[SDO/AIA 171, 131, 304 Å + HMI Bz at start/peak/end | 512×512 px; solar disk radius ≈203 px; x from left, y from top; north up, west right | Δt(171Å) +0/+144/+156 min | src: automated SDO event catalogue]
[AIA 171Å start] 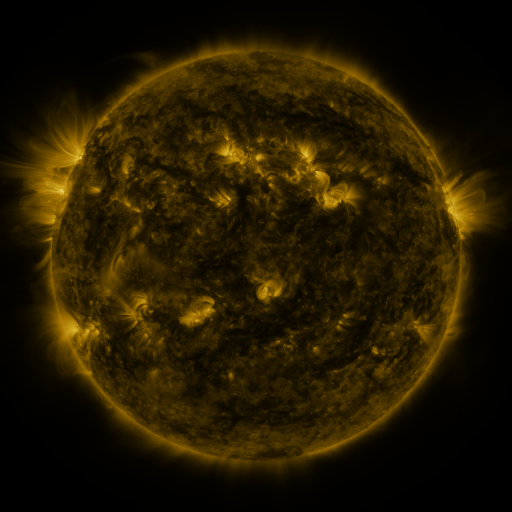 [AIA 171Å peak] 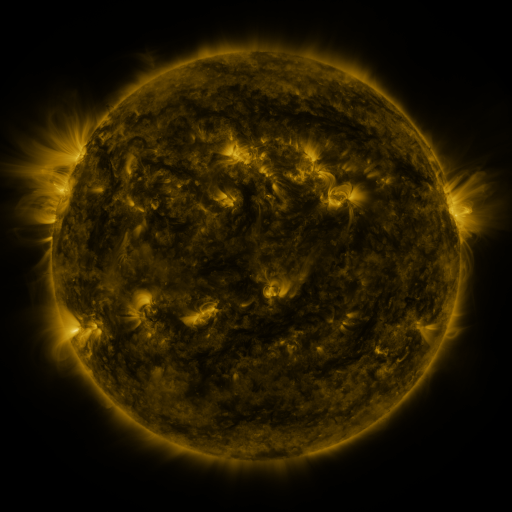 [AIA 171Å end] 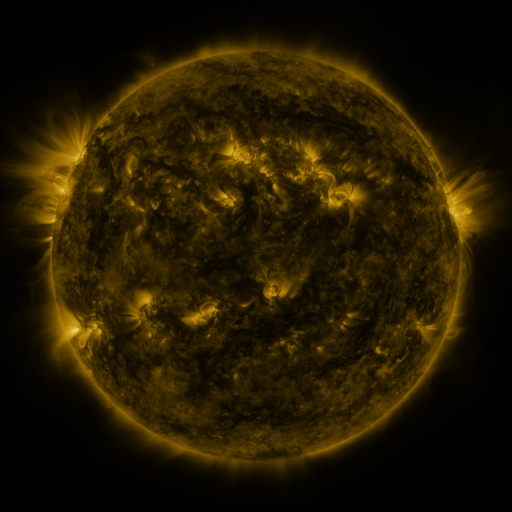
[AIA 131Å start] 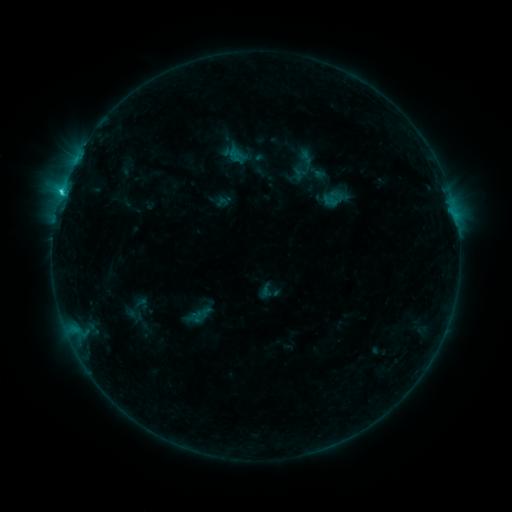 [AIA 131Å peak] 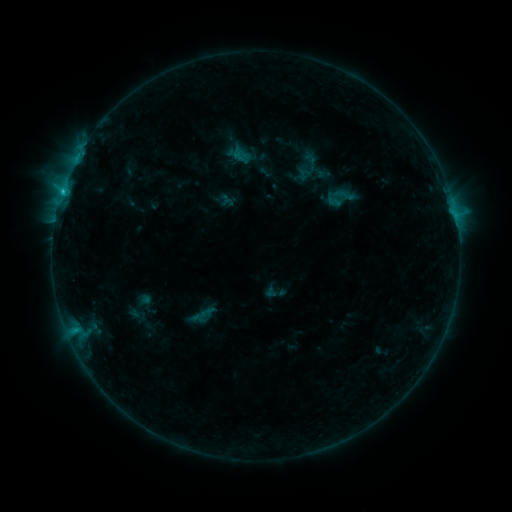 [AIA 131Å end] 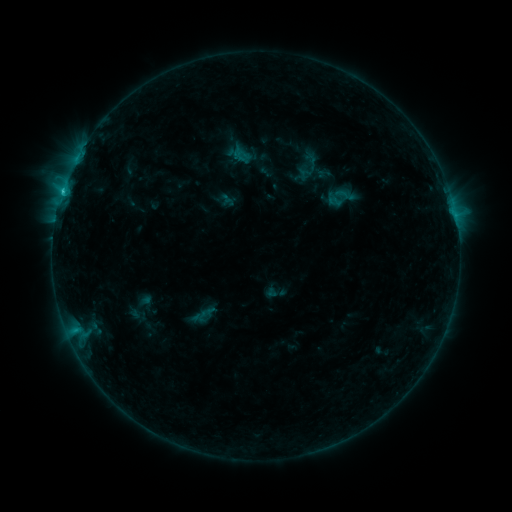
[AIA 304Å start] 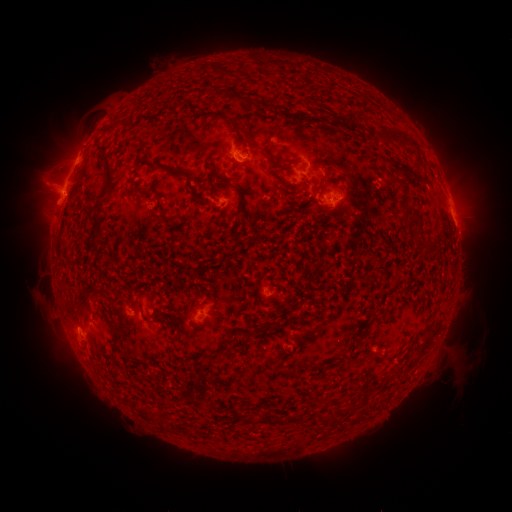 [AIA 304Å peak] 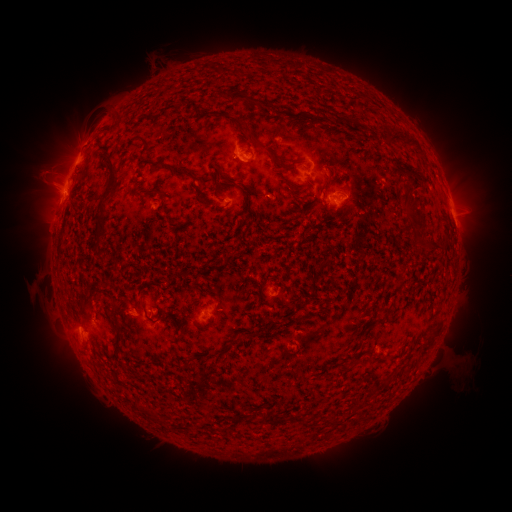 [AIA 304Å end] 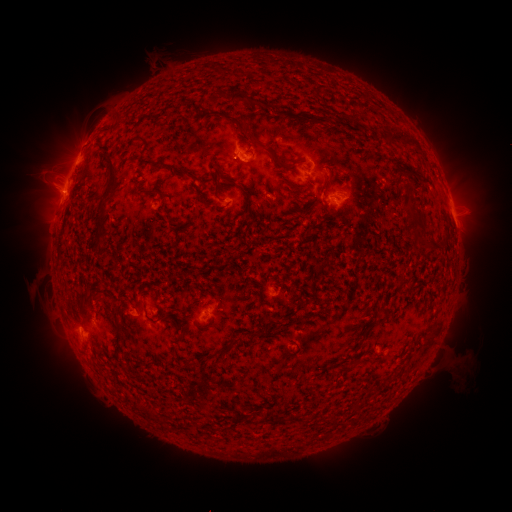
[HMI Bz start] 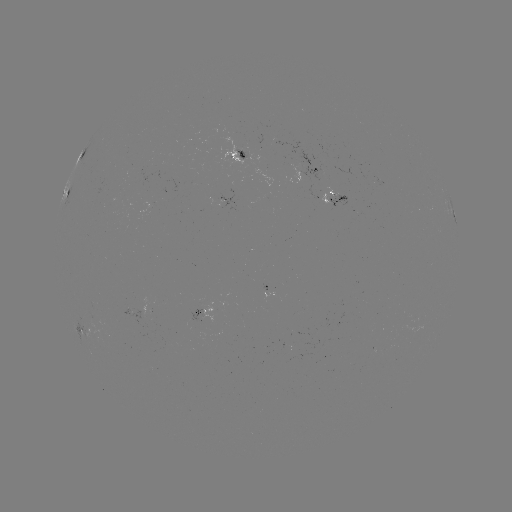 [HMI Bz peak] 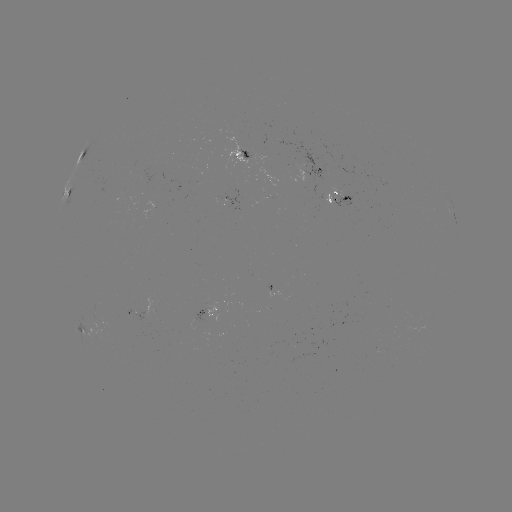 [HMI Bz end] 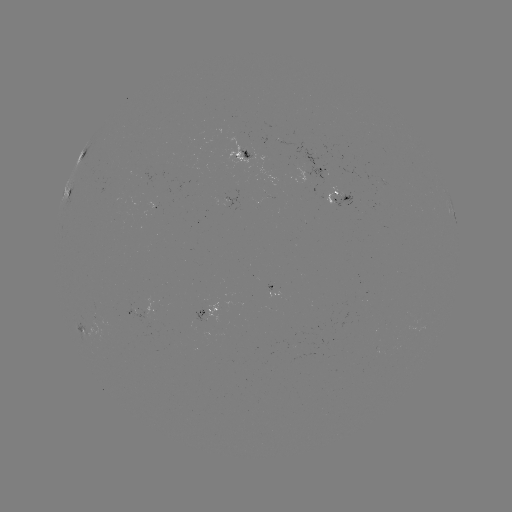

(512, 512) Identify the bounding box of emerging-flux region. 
[286, 165, 296, 167].